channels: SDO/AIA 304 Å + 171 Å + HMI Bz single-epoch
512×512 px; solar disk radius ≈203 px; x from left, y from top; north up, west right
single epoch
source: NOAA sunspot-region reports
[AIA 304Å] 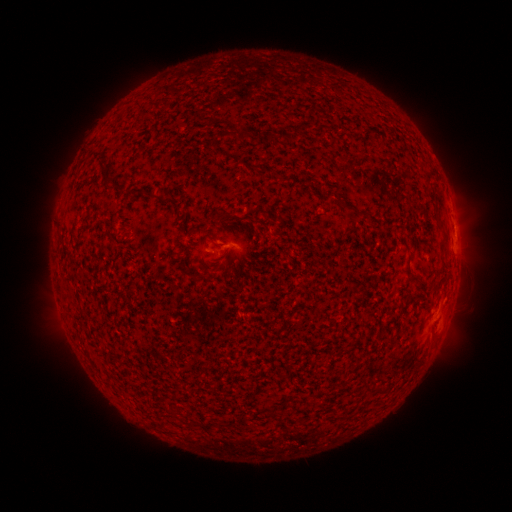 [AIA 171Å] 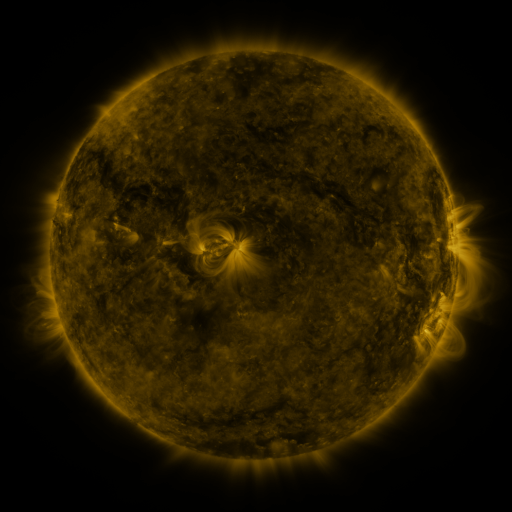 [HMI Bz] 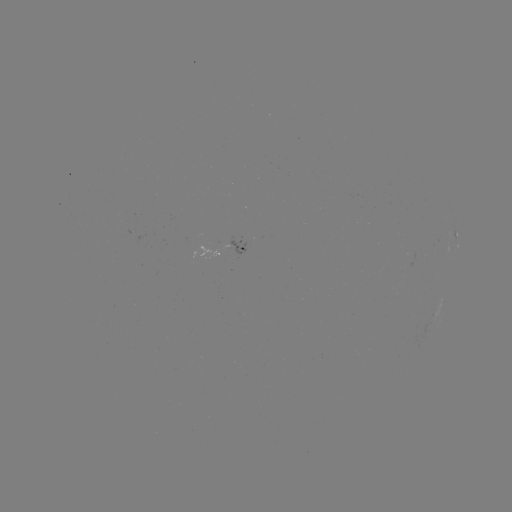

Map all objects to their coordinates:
spotted active region: (457, 237)
spotted active region: (231, 248)
spotted active region: (442, 303)
